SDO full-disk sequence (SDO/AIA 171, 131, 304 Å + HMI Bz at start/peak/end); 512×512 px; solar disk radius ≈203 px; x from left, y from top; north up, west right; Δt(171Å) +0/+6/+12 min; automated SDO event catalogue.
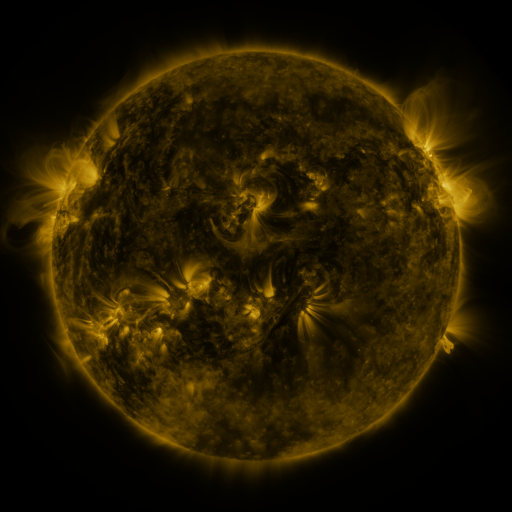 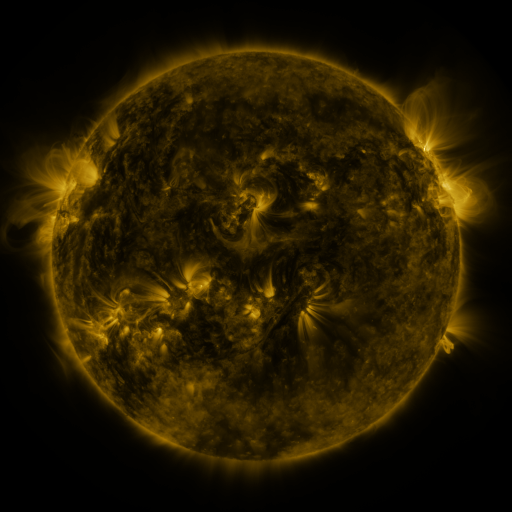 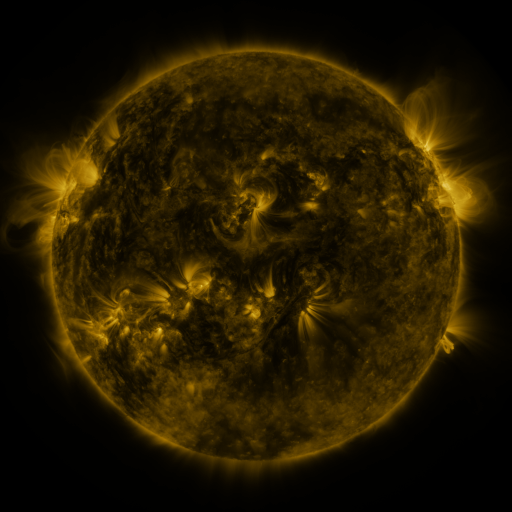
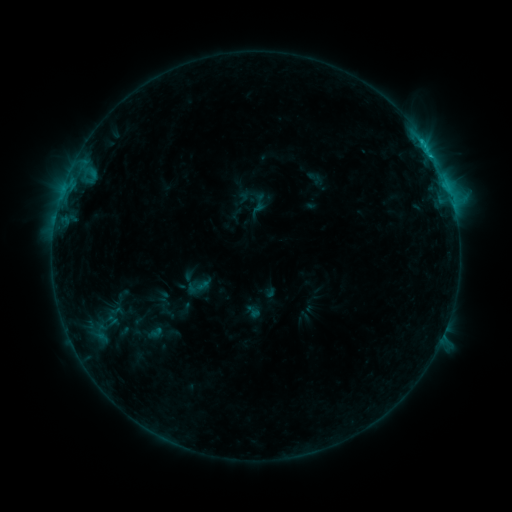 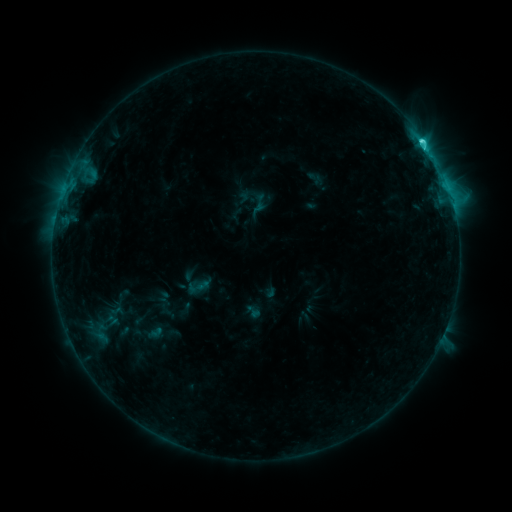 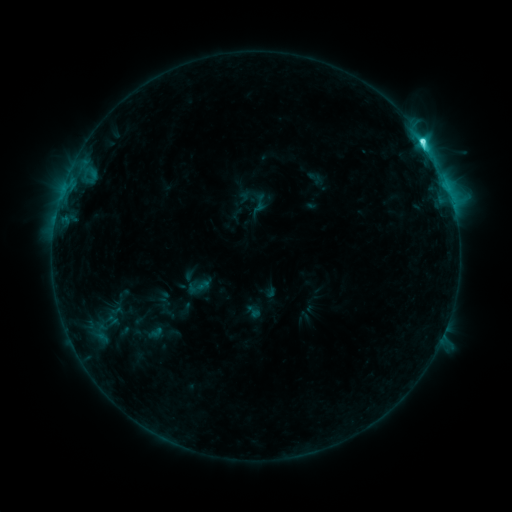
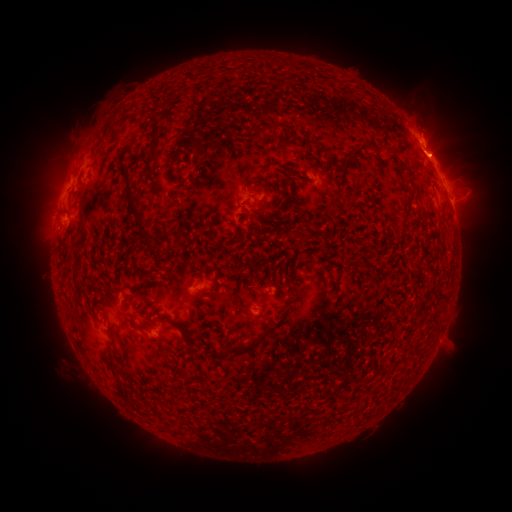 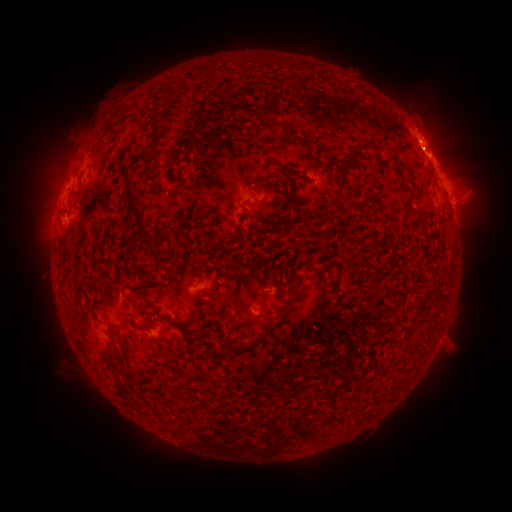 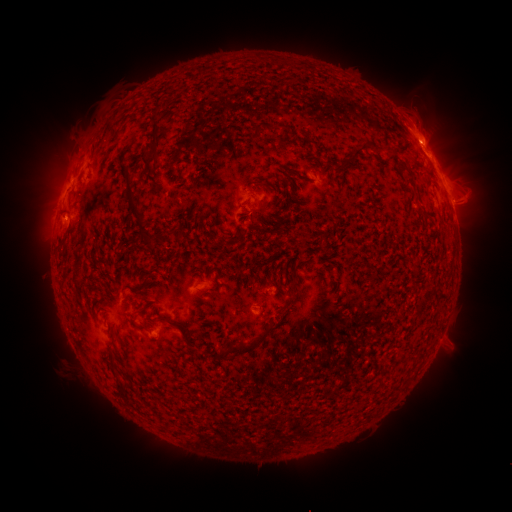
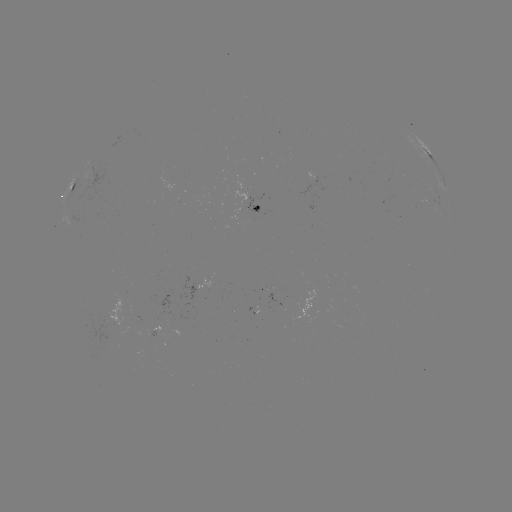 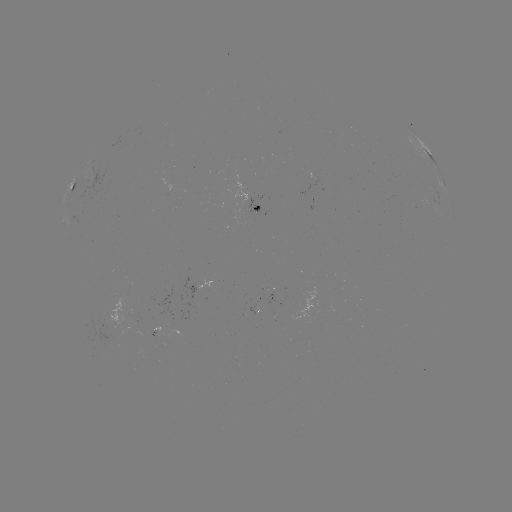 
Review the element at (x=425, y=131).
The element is eruption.